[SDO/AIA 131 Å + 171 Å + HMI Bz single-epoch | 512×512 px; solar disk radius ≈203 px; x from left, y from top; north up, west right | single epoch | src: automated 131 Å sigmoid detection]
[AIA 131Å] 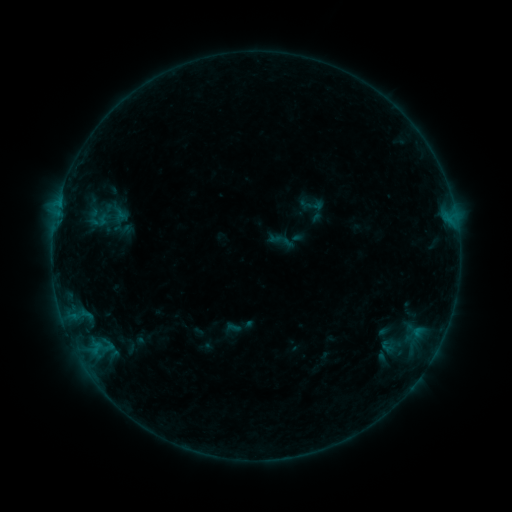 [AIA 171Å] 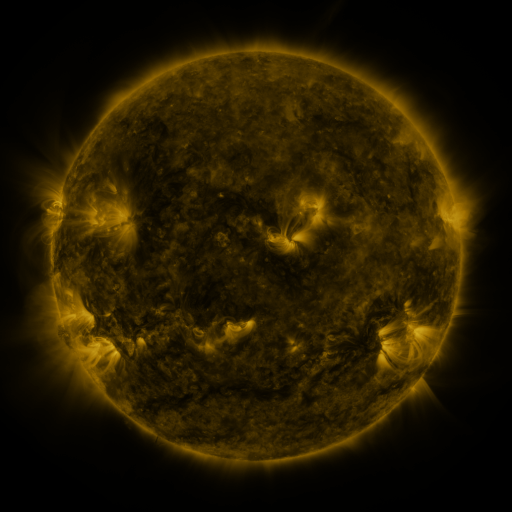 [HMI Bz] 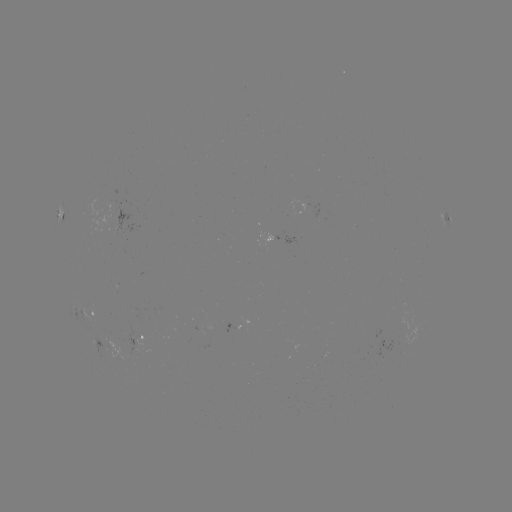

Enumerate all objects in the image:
sigmoid: [297, 193, 326, 217]
sigmoid: [85, 202, 114, 234]
sigmoid: [380, 338, 395, 353]
